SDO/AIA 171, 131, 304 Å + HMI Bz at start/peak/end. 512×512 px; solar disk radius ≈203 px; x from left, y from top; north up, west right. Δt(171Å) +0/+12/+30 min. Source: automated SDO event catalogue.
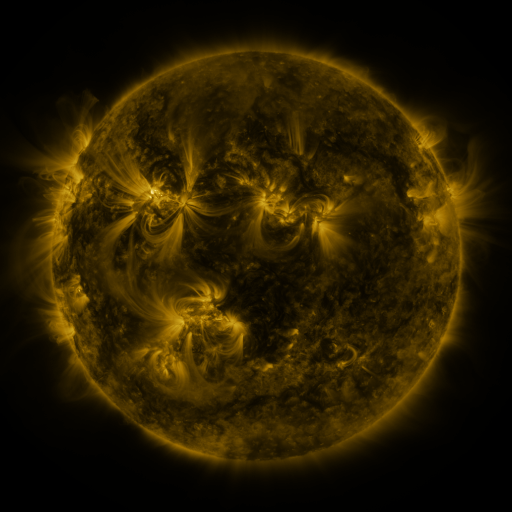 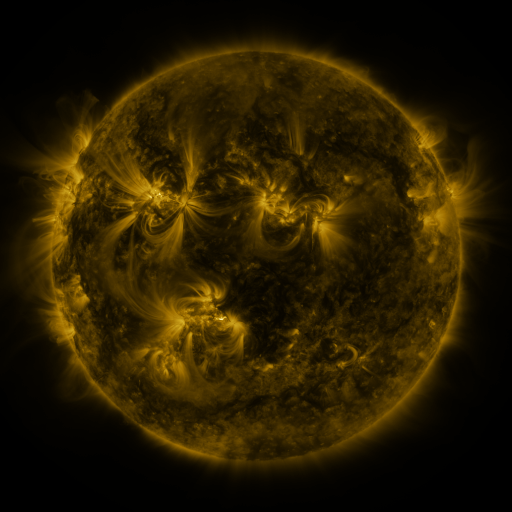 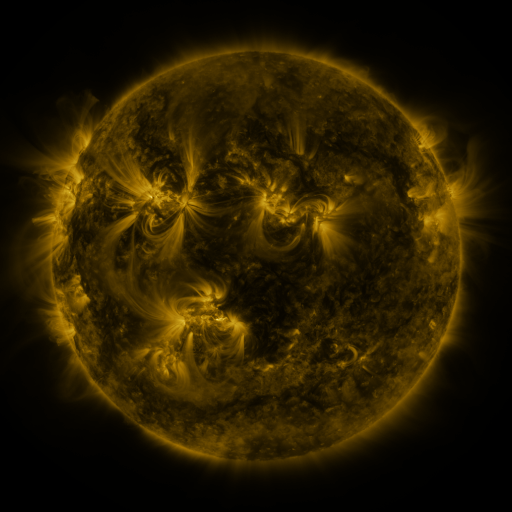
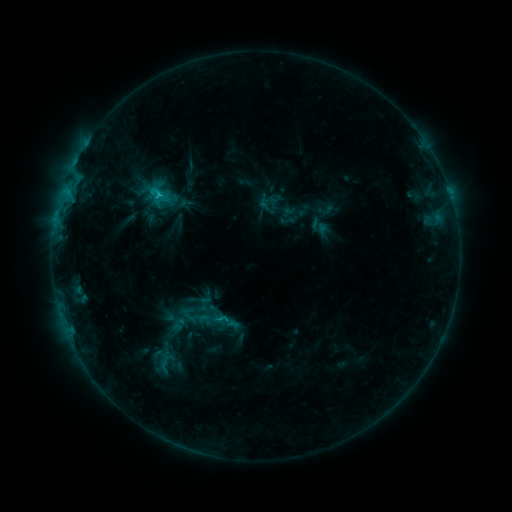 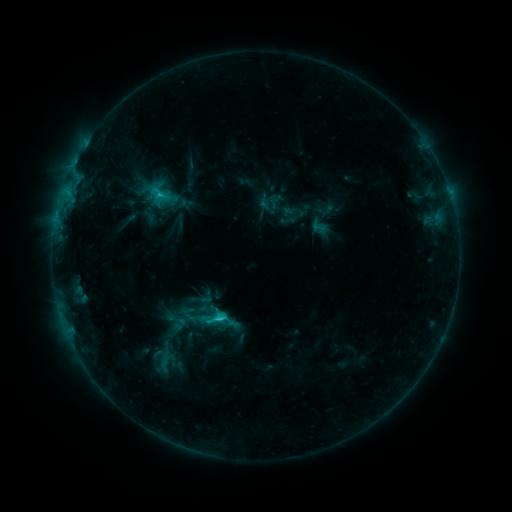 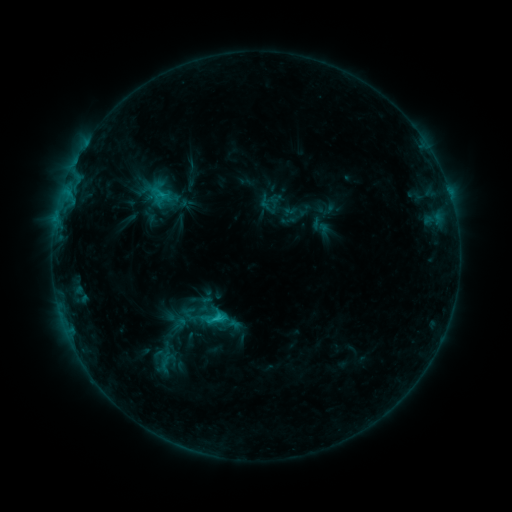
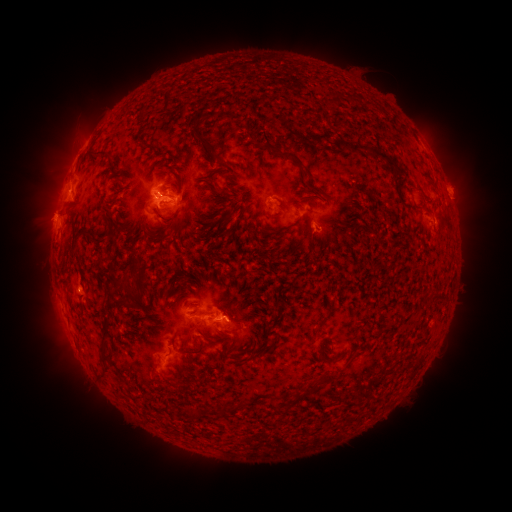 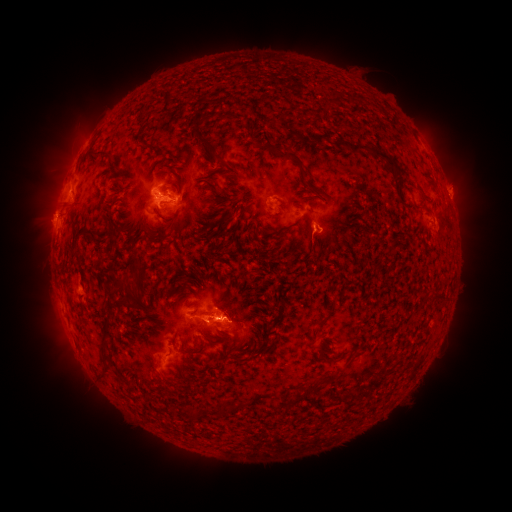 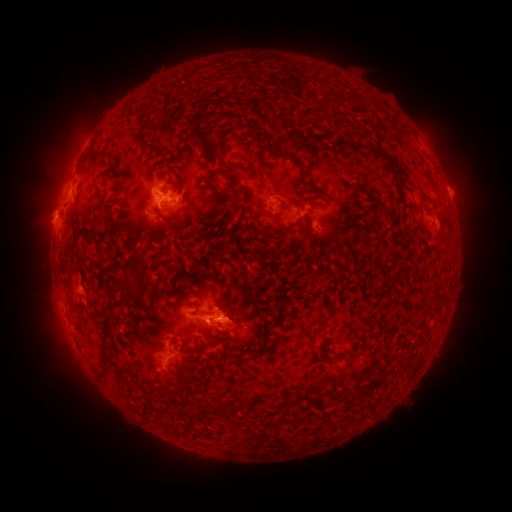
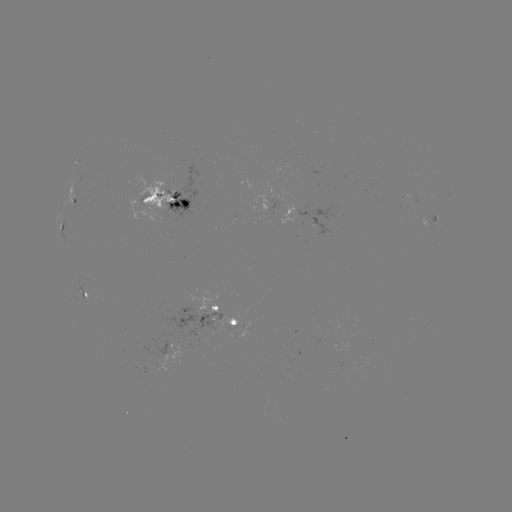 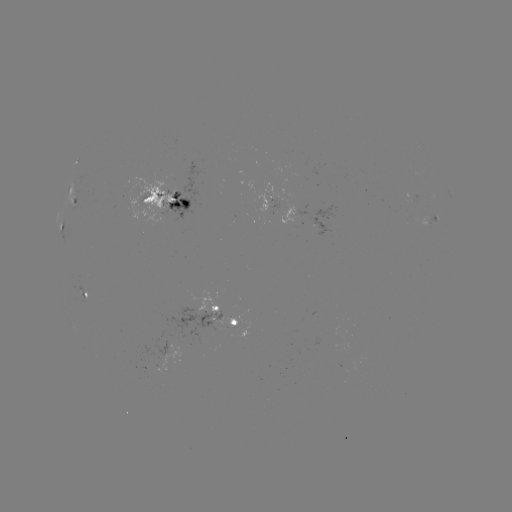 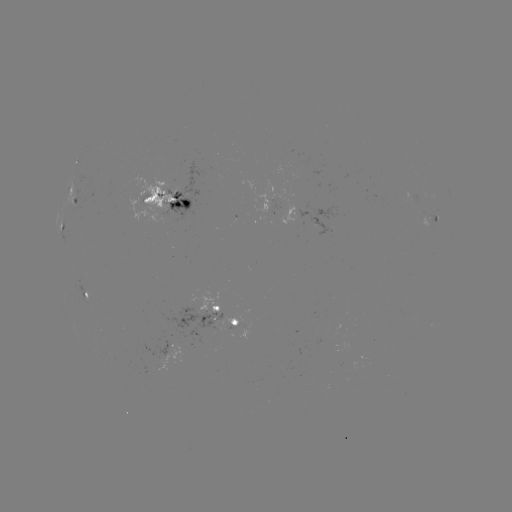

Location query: C2.3 flare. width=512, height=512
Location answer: (221, 318).